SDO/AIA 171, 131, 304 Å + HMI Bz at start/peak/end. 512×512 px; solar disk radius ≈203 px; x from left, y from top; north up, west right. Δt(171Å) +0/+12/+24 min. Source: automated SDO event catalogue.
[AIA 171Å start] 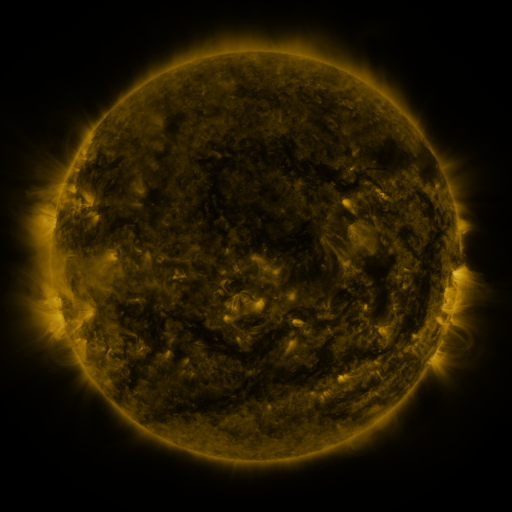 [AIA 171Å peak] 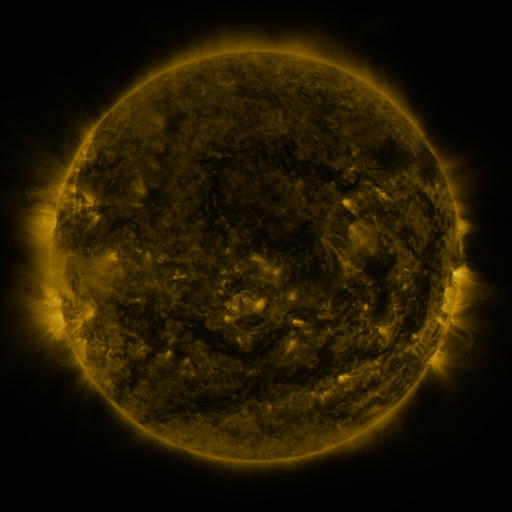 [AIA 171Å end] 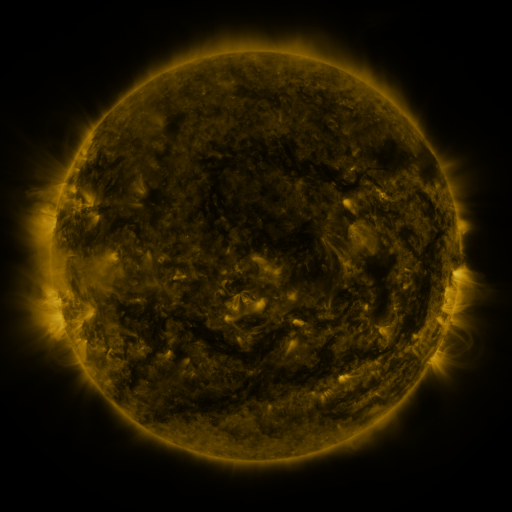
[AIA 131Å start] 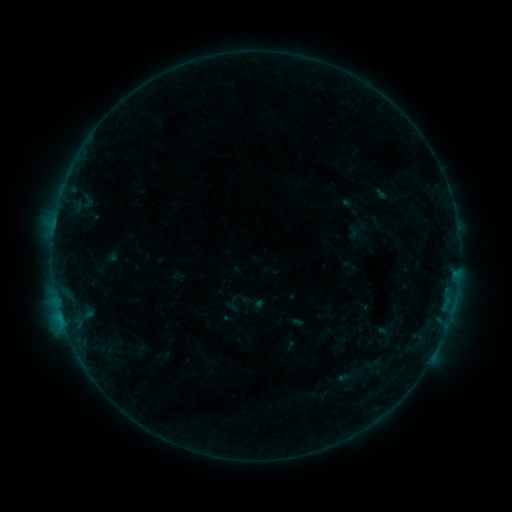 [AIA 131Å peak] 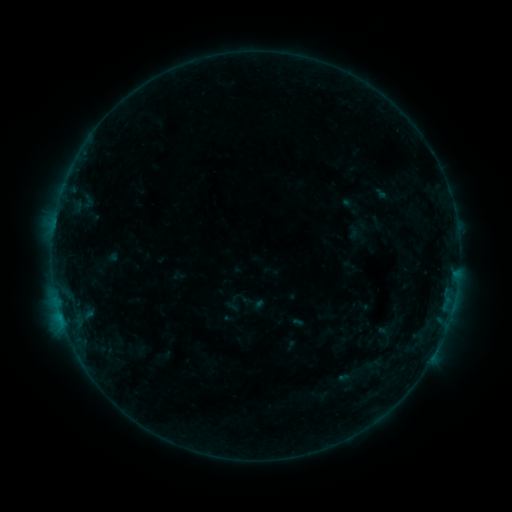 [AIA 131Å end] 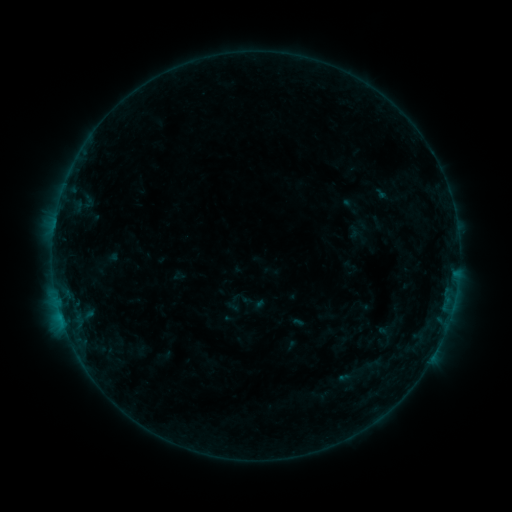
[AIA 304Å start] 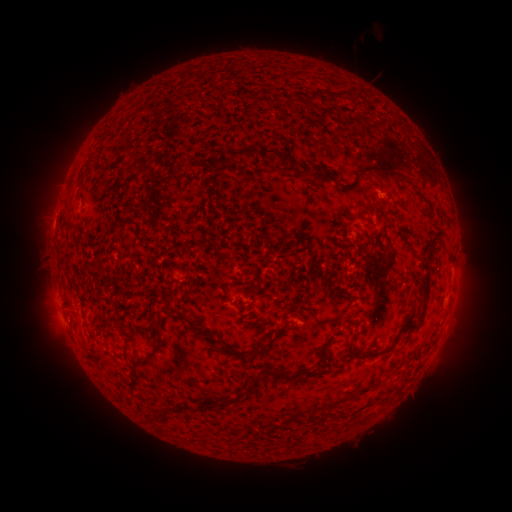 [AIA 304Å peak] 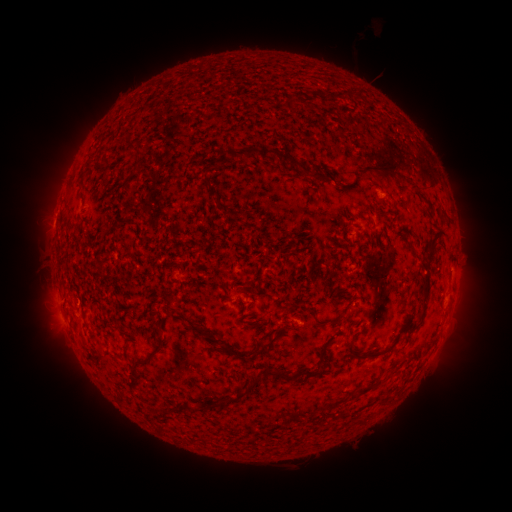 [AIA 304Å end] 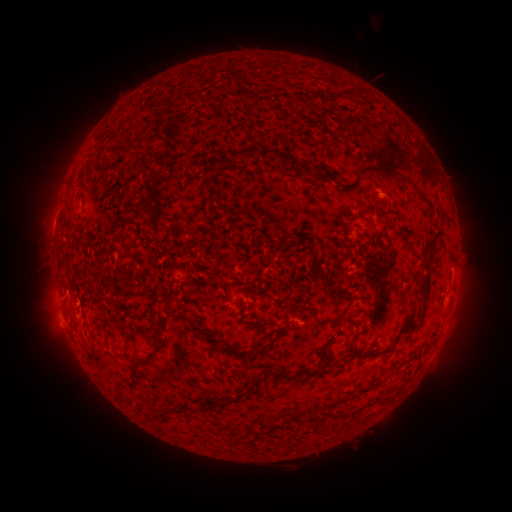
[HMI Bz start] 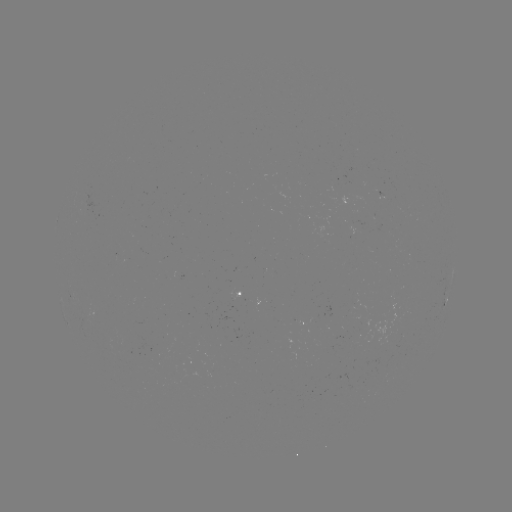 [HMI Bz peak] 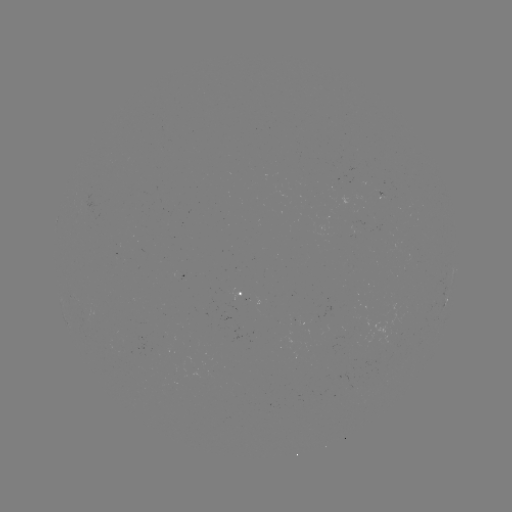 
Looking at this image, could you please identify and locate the eruption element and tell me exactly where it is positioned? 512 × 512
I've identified eruption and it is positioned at [55, 307].